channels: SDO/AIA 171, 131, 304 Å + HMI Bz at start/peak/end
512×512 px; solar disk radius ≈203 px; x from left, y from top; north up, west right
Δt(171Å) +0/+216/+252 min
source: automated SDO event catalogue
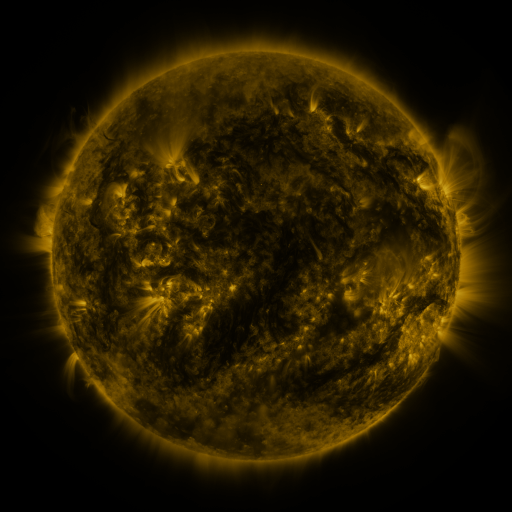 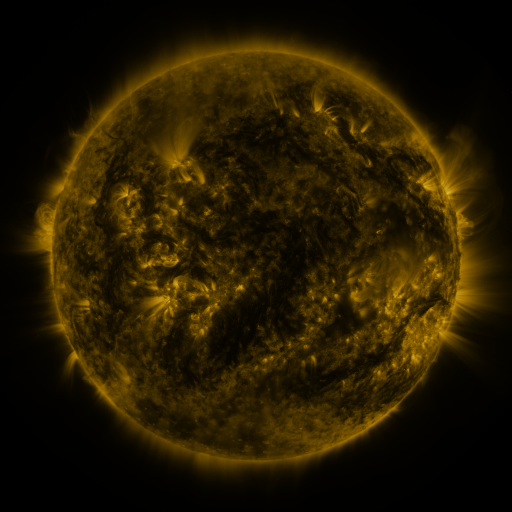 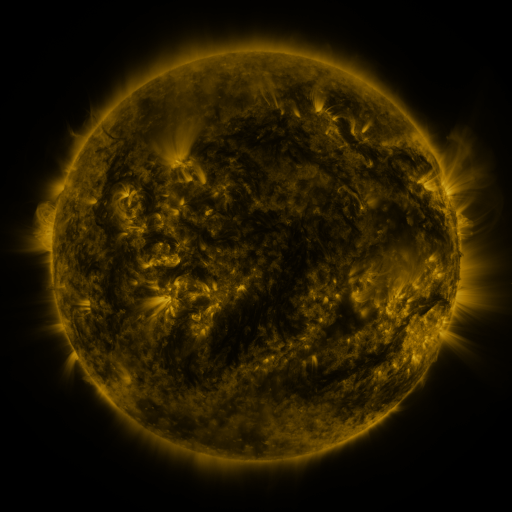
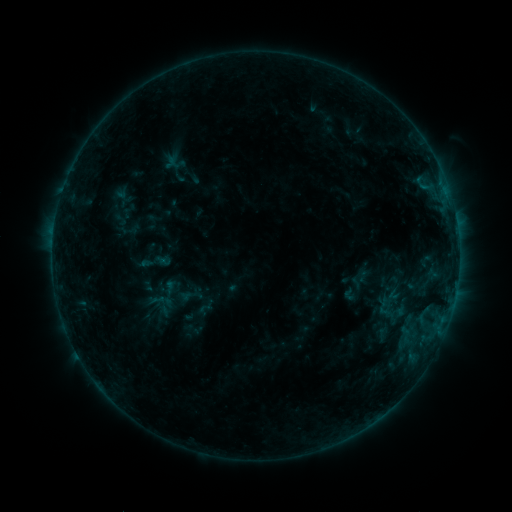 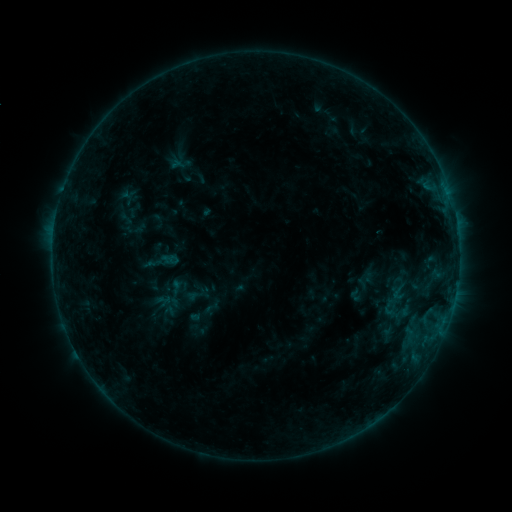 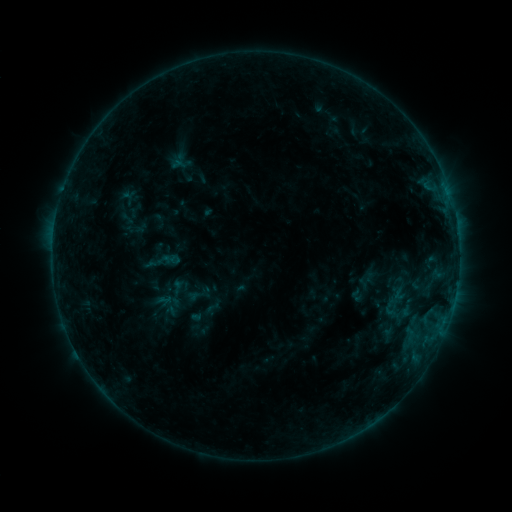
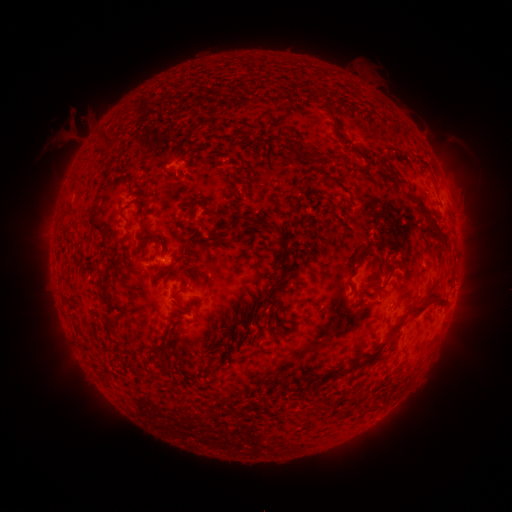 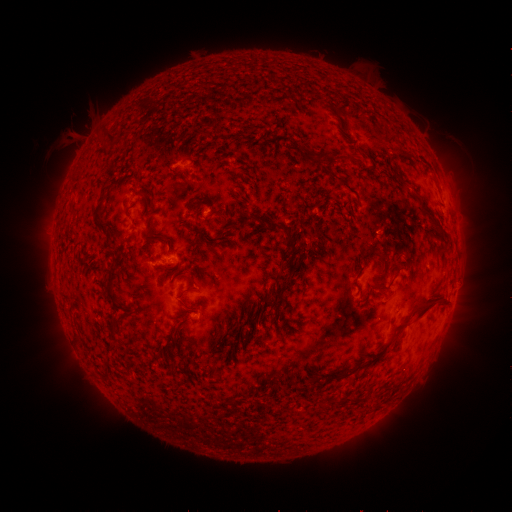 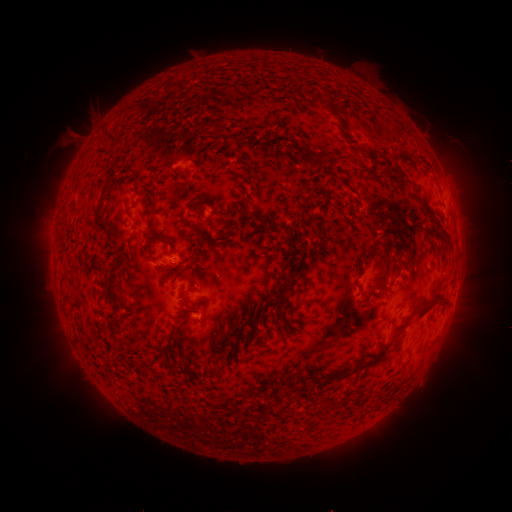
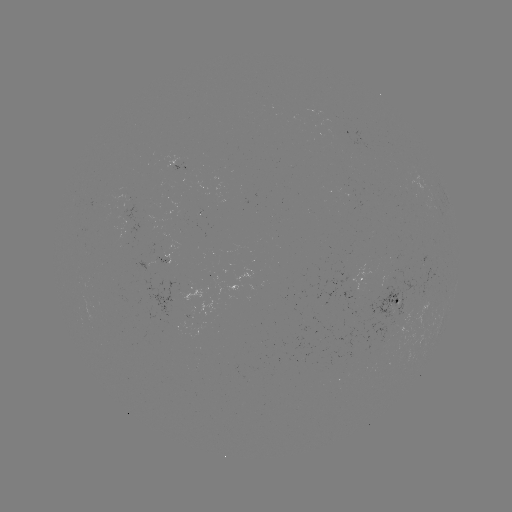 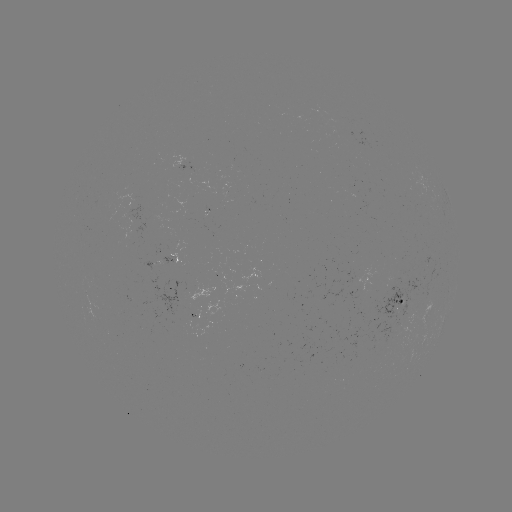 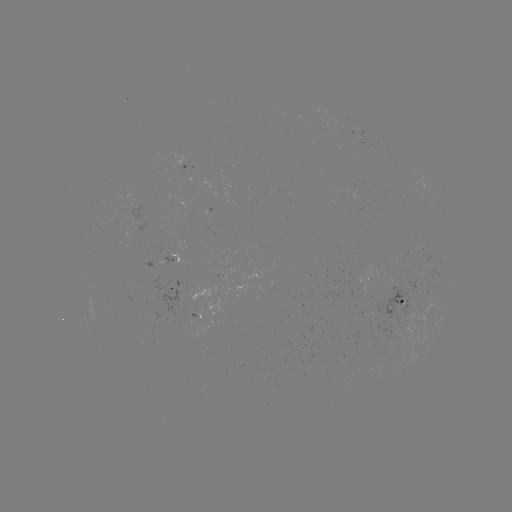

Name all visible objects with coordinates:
emerging-flux region: (199, 323)
